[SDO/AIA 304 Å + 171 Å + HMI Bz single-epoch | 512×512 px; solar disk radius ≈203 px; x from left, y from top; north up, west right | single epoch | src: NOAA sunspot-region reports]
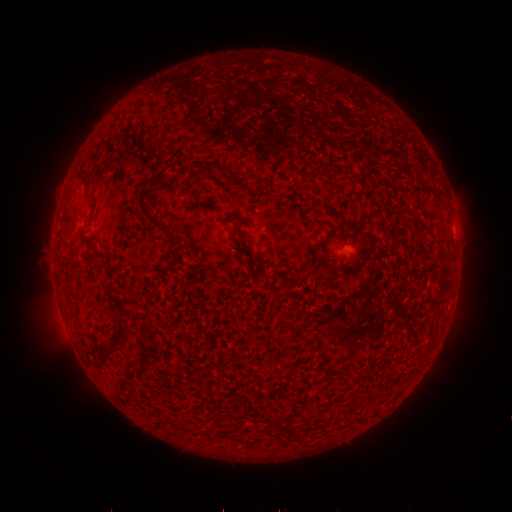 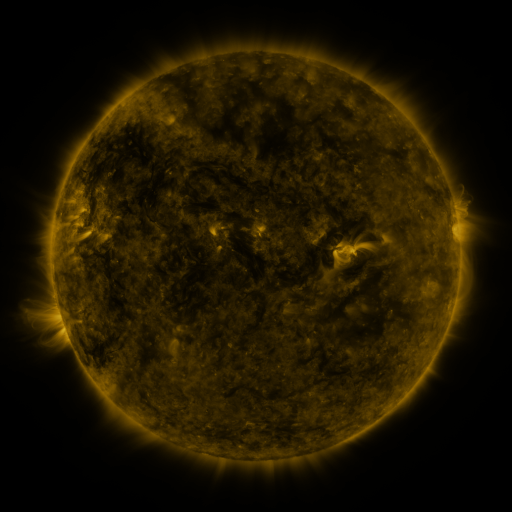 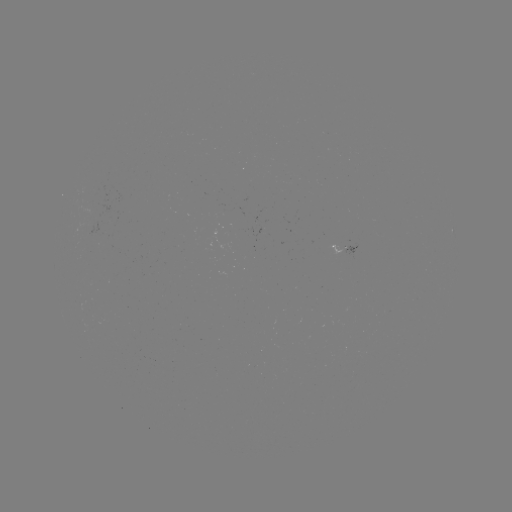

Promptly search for spotted active region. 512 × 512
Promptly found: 347,245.